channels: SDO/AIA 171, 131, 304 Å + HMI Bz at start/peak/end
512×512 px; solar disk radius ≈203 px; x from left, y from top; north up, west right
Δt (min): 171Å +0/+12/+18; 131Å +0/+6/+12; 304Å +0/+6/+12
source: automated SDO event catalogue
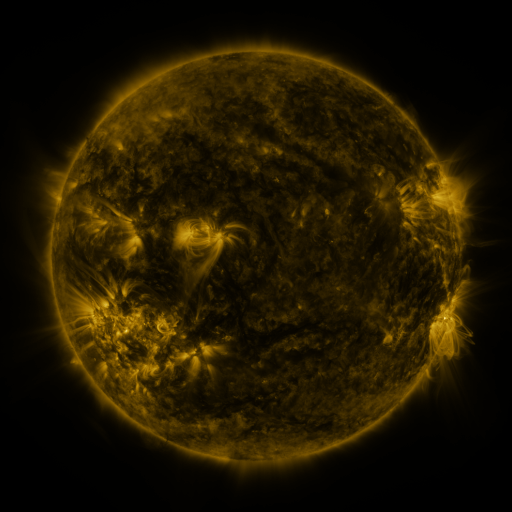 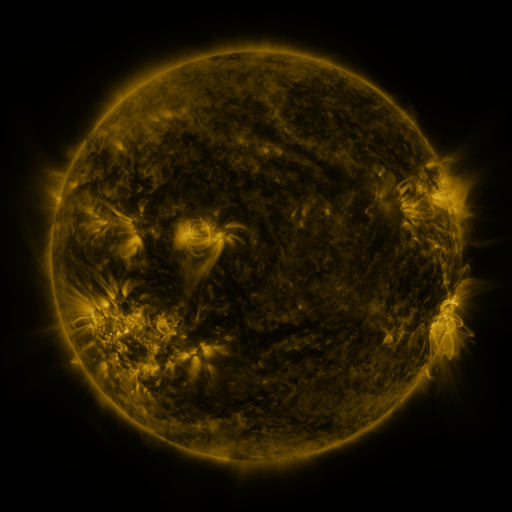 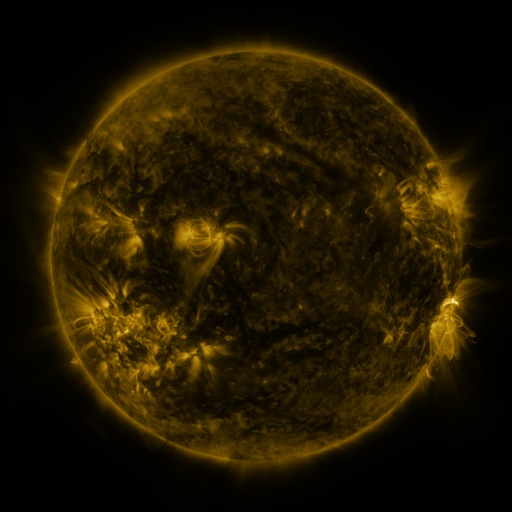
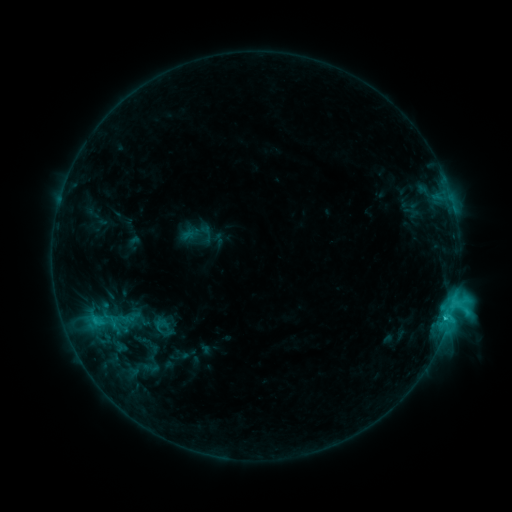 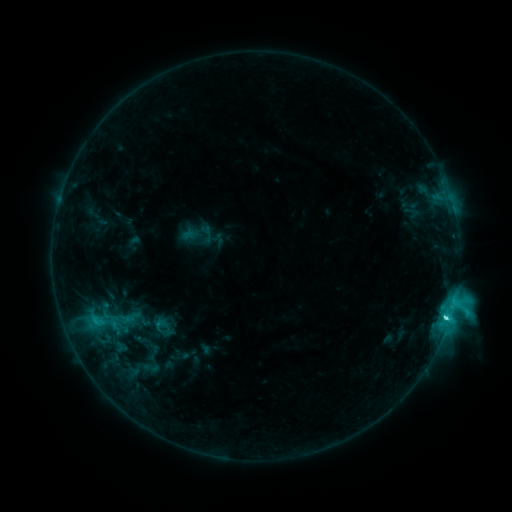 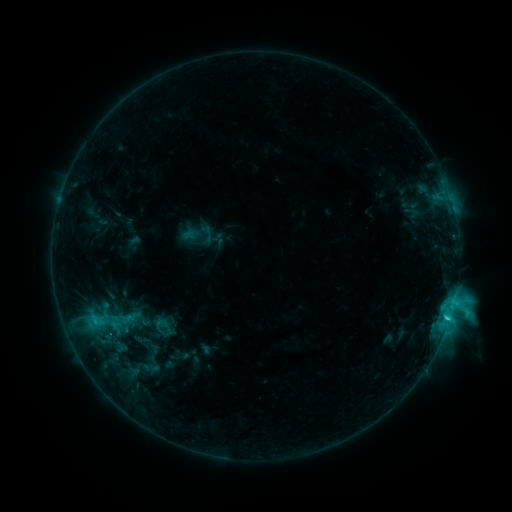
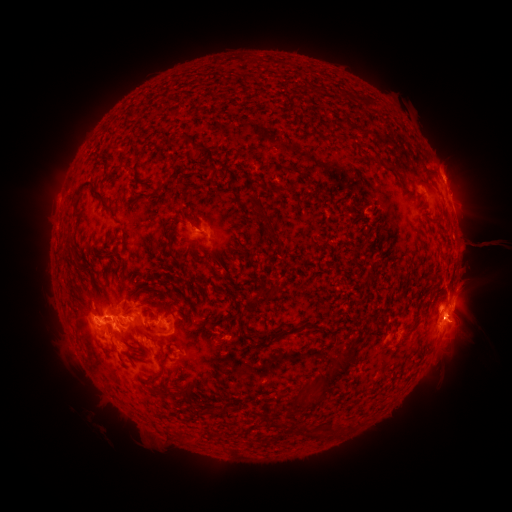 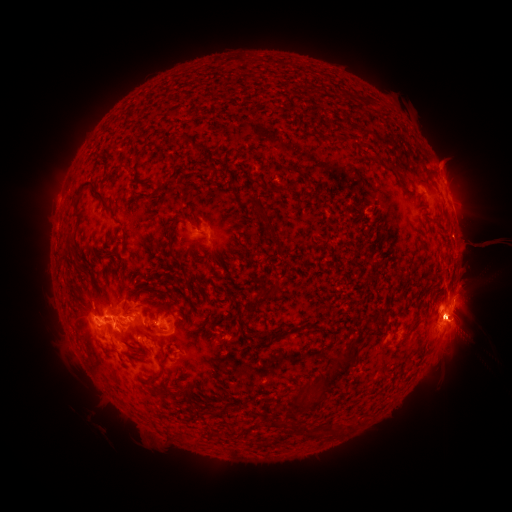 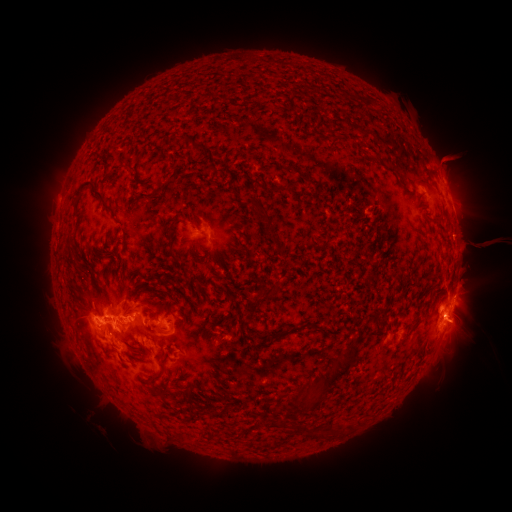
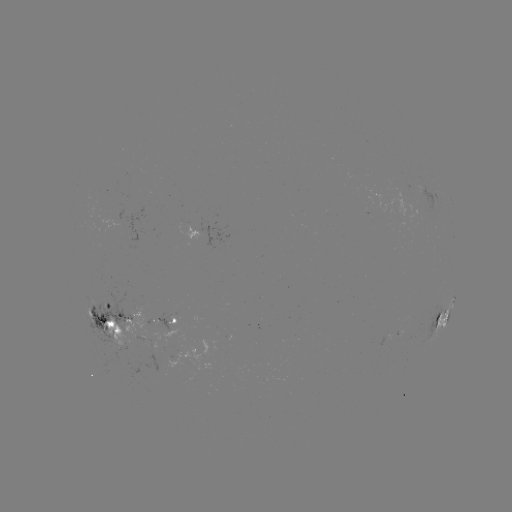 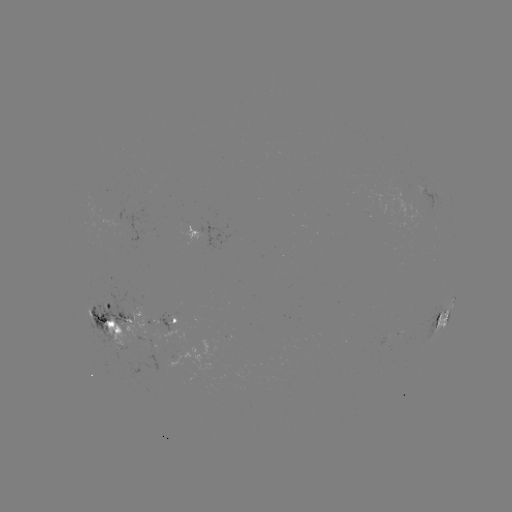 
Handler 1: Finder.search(eruption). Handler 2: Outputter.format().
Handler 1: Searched eruption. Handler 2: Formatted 461,239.